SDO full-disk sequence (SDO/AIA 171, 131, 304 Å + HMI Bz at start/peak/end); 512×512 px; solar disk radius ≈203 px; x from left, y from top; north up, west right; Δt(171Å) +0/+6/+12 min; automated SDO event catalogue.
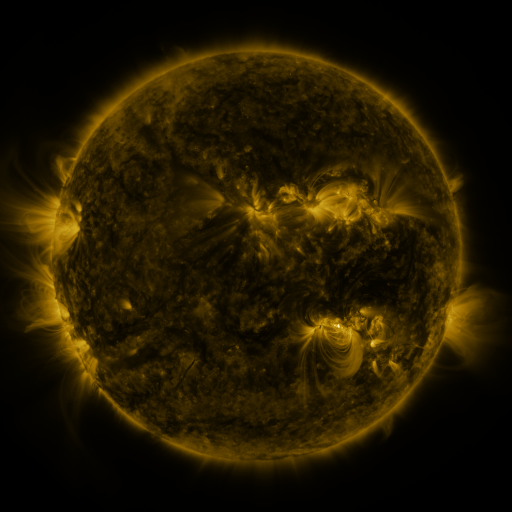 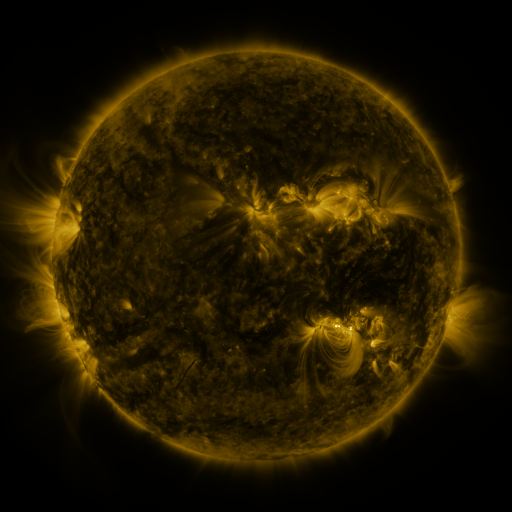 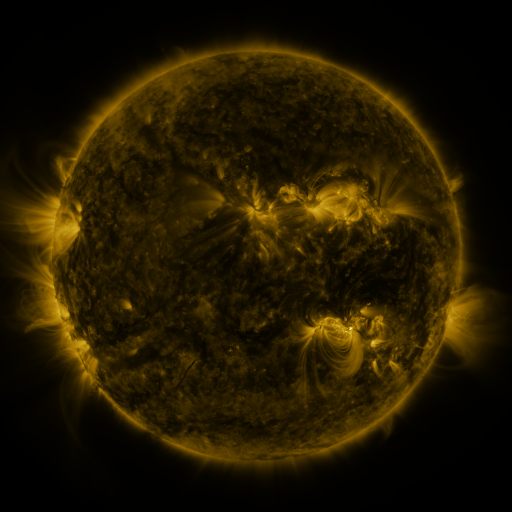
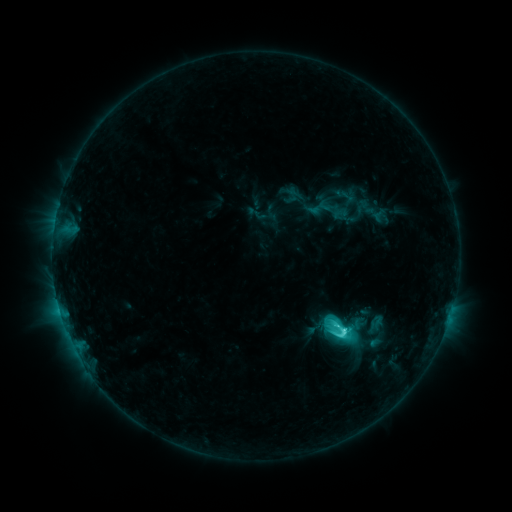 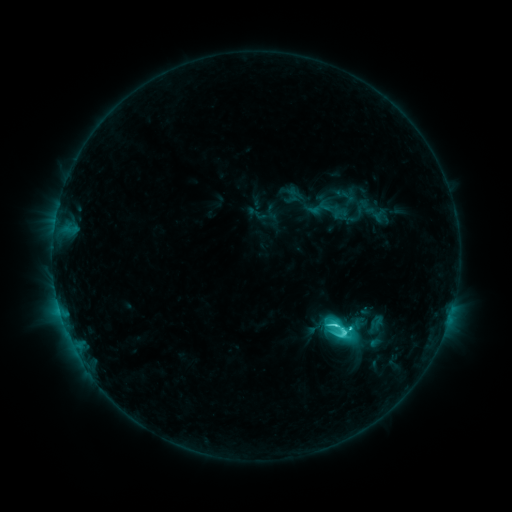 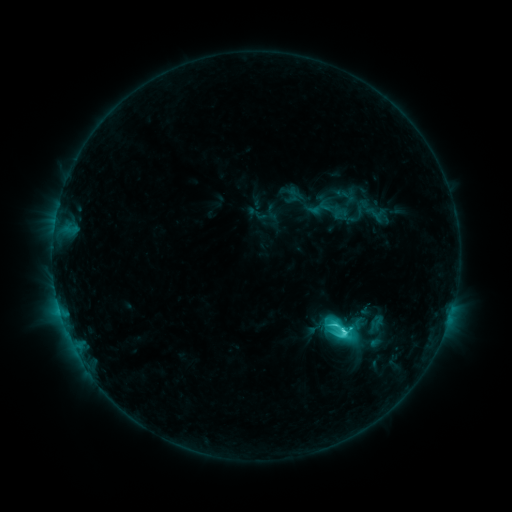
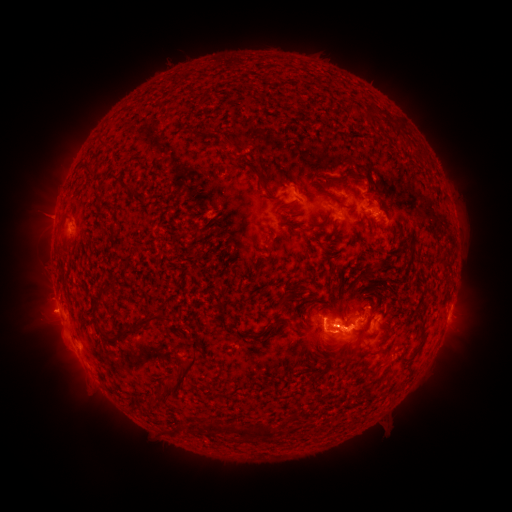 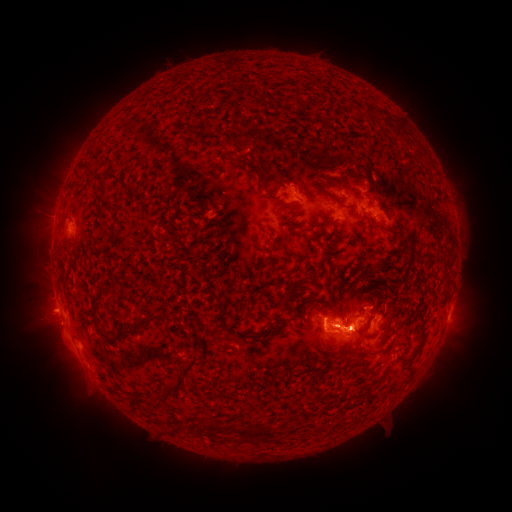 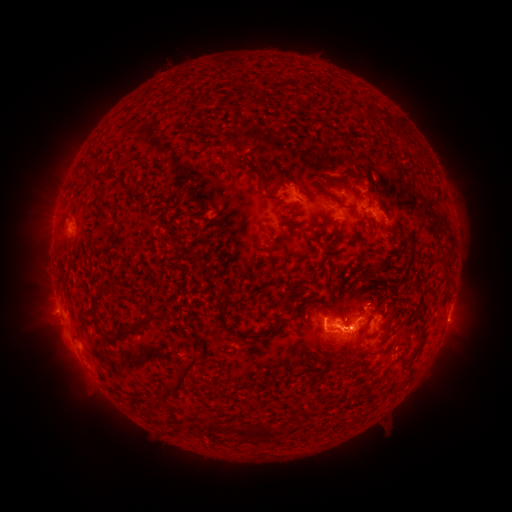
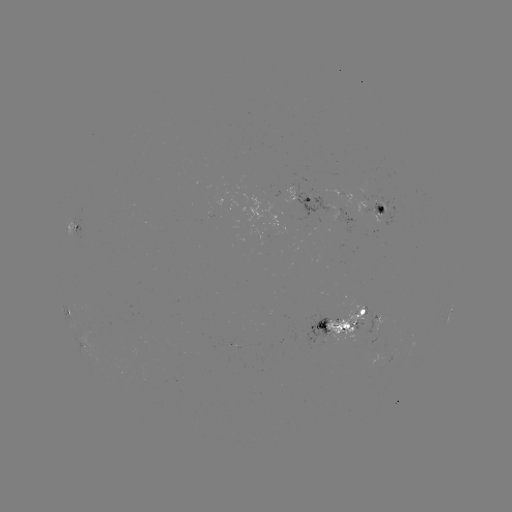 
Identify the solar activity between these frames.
eruption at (56, 339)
